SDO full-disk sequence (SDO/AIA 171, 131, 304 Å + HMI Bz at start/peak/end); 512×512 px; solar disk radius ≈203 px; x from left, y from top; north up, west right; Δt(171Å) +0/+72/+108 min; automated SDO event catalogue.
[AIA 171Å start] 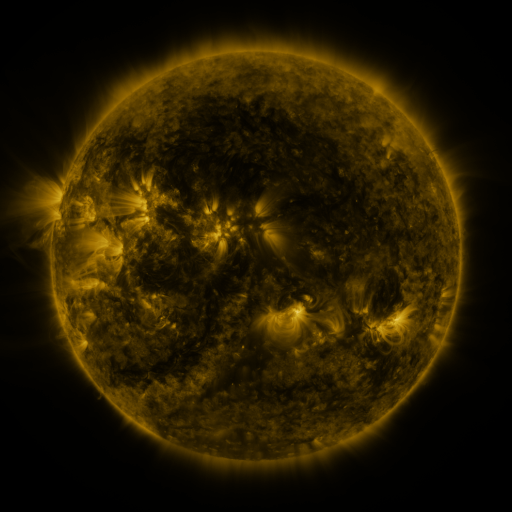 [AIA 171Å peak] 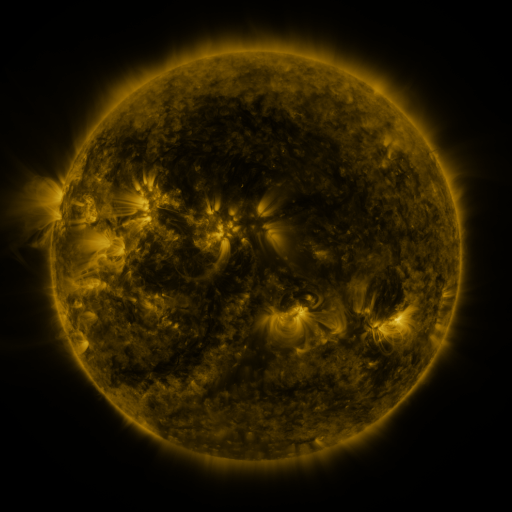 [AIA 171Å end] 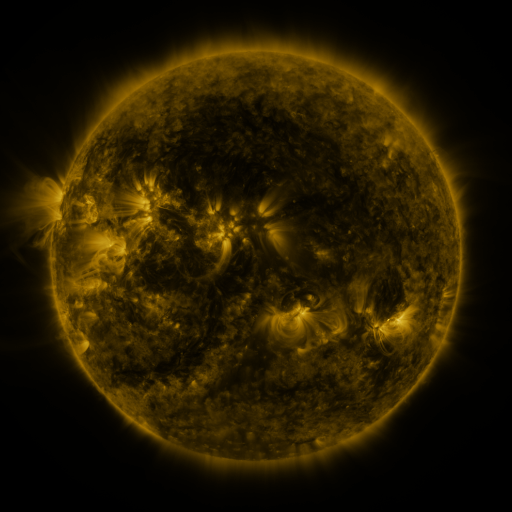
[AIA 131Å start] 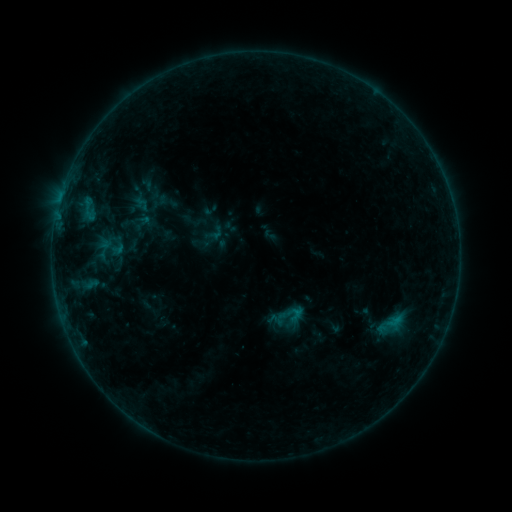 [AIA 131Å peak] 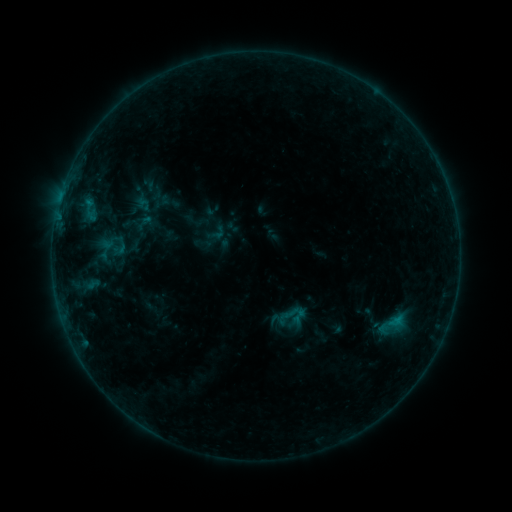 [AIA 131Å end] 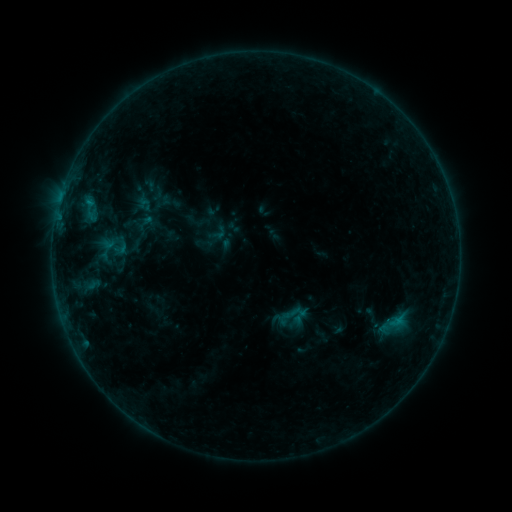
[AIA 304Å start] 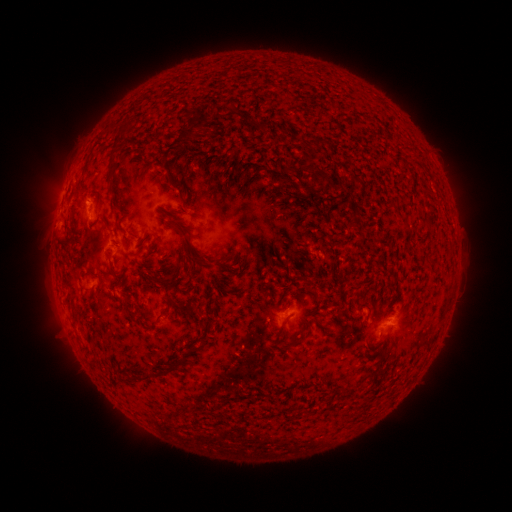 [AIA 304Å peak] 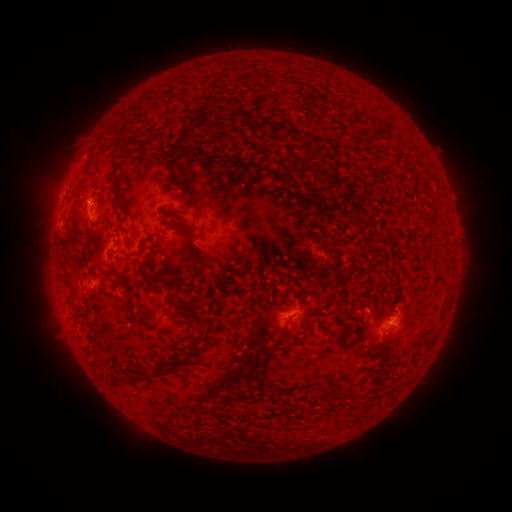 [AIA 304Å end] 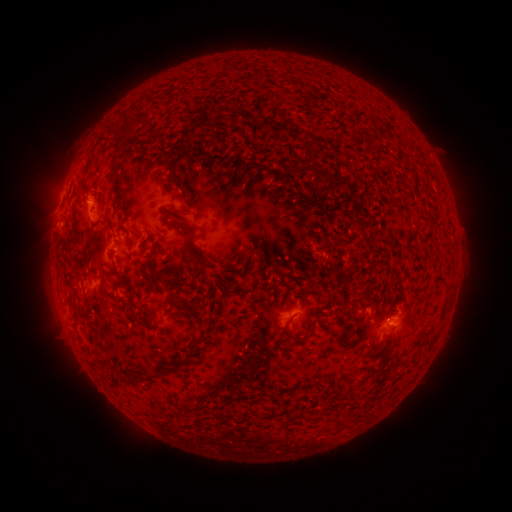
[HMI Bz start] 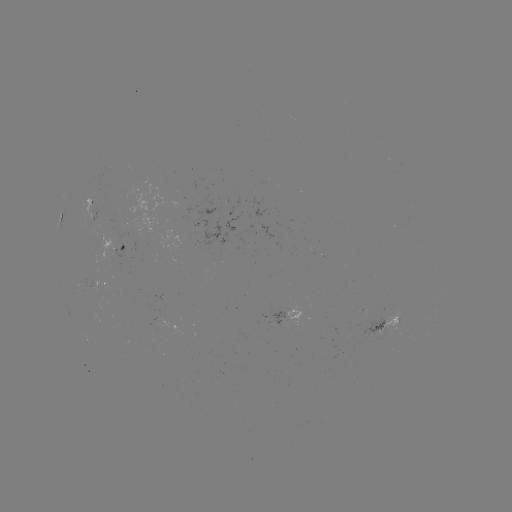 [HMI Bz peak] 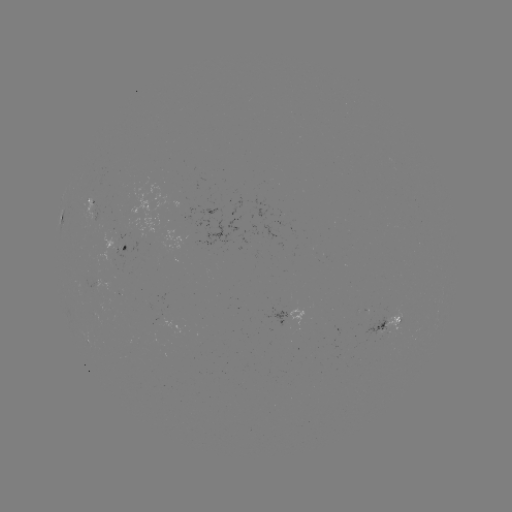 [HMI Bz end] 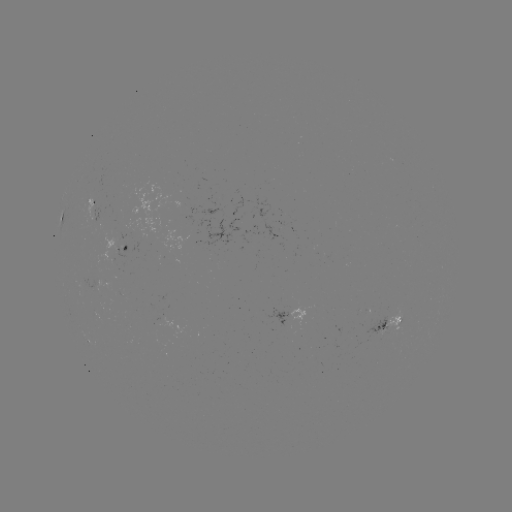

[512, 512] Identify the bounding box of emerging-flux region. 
[184, 207, 243, 251].